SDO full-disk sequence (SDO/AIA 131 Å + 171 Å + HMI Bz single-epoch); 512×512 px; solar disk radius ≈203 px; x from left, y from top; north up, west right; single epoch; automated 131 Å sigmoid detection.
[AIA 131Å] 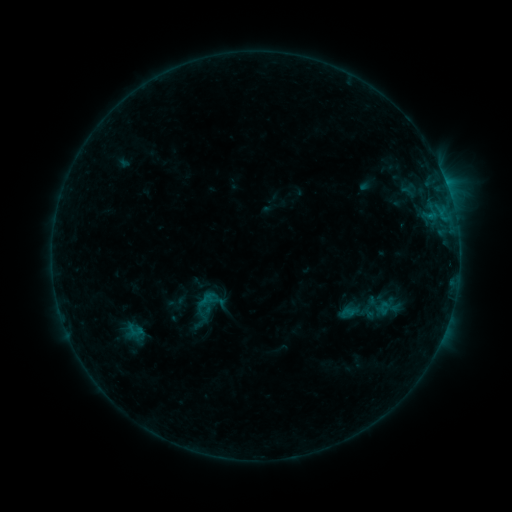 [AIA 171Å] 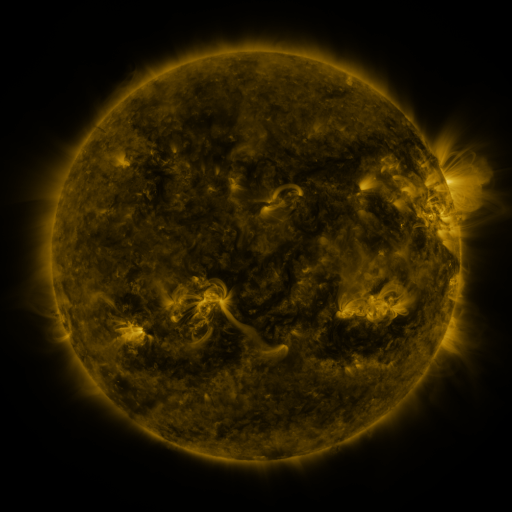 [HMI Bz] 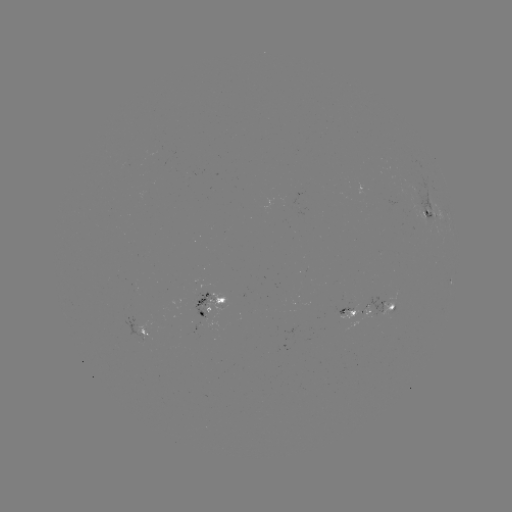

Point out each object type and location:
sigmoid: (196, 291, 216, 308)
sigmoid: (339, 304, 356, 322)
sigmoid: (121, 322, 147, 338)
